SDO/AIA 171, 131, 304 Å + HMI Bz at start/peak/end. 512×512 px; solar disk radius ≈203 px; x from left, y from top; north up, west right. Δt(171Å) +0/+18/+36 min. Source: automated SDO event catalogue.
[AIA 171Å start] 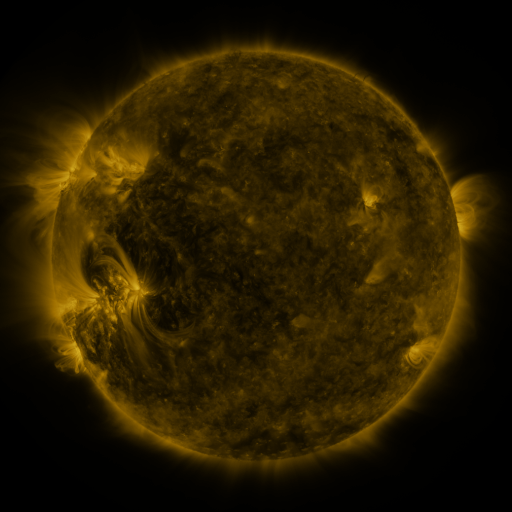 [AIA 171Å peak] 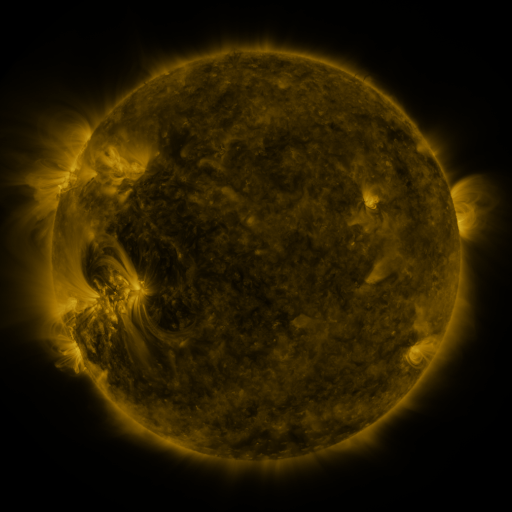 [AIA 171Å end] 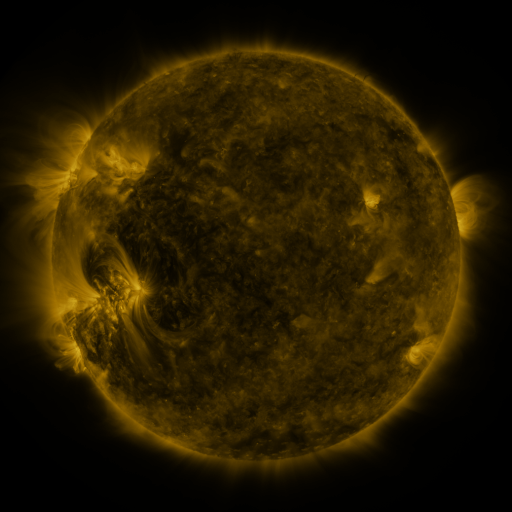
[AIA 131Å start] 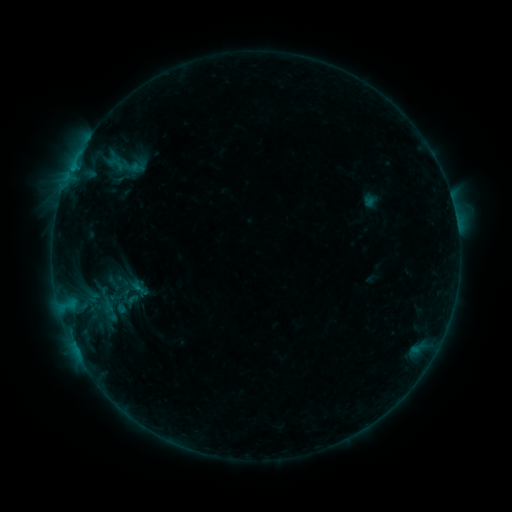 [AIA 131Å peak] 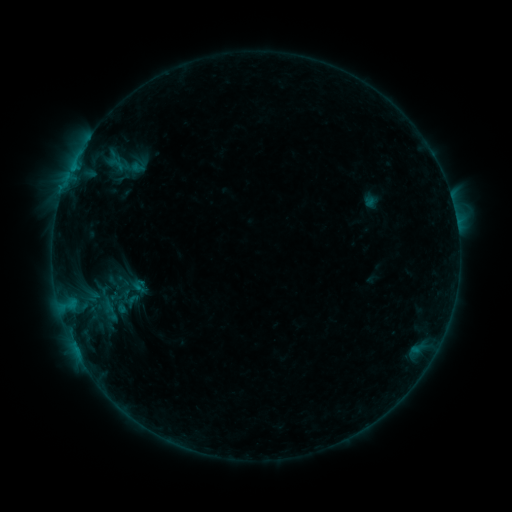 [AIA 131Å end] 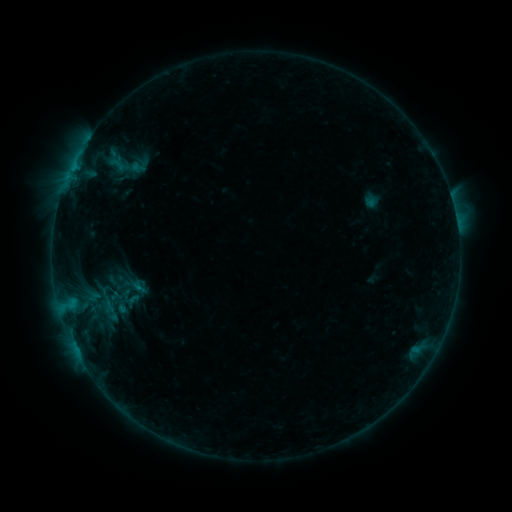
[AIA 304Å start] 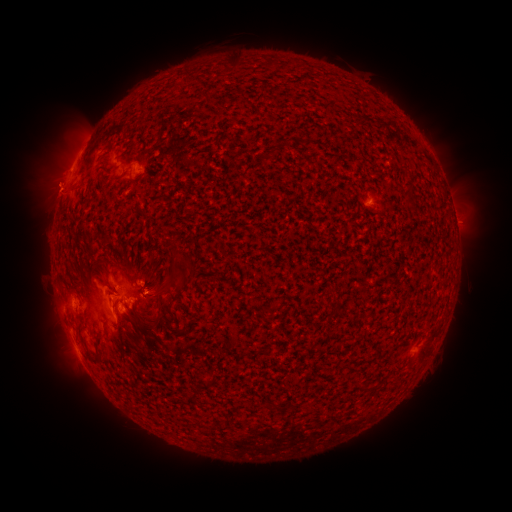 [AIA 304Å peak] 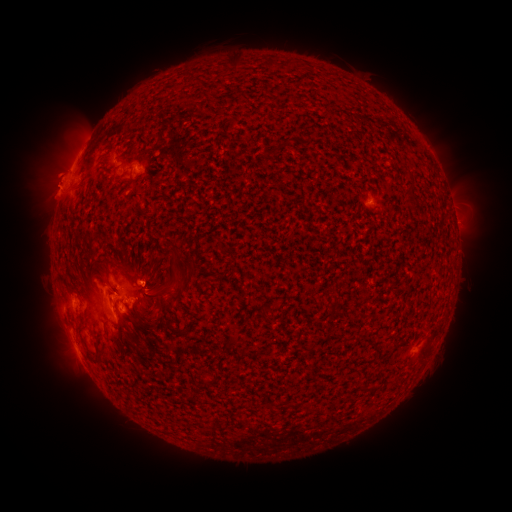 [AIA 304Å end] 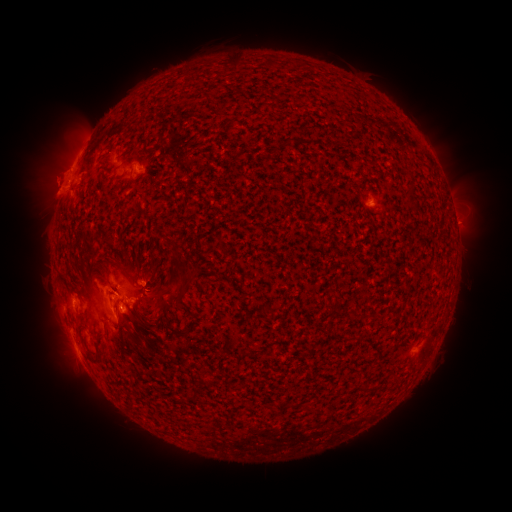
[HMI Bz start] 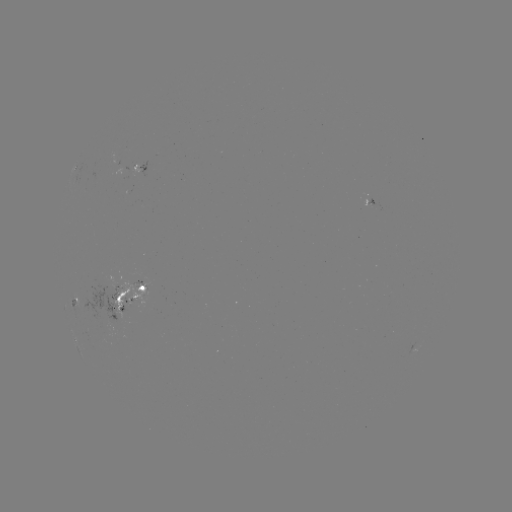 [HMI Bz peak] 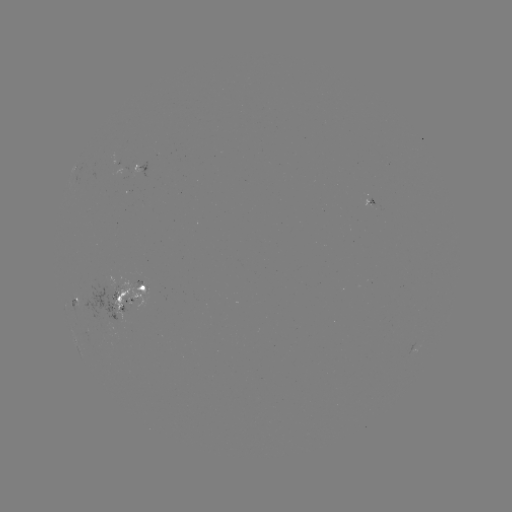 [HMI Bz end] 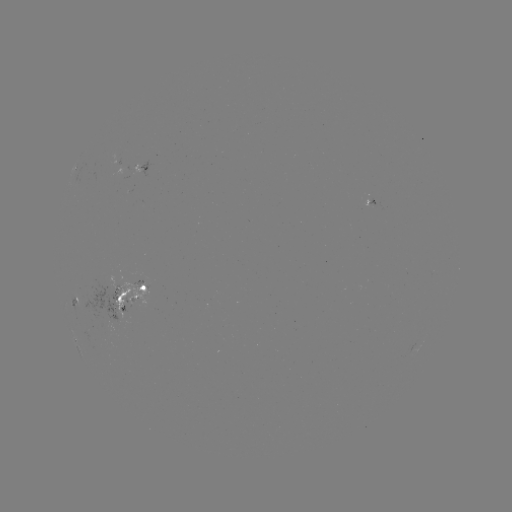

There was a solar eruption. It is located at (51, 178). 